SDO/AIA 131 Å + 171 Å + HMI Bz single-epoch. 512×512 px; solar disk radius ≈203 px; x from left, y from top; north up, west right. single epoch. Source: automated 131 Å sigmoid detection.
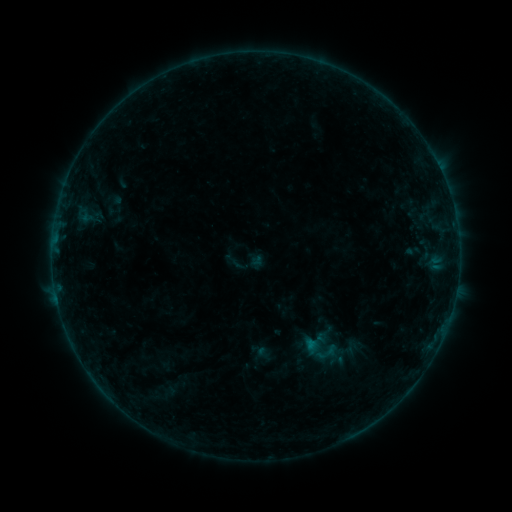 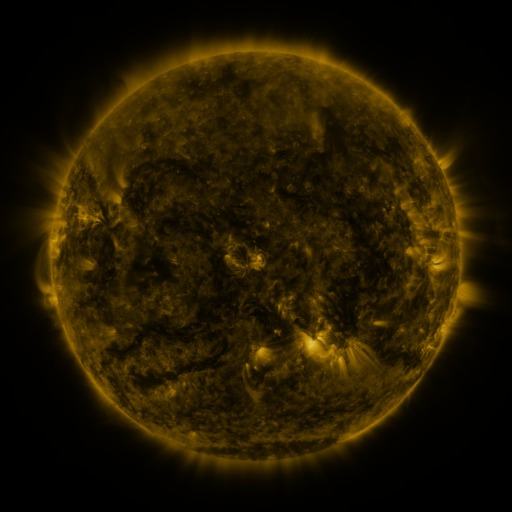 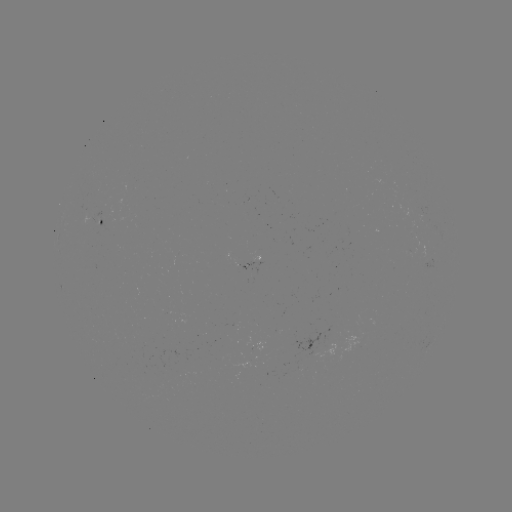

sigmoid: (300, 326, 341, 367)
